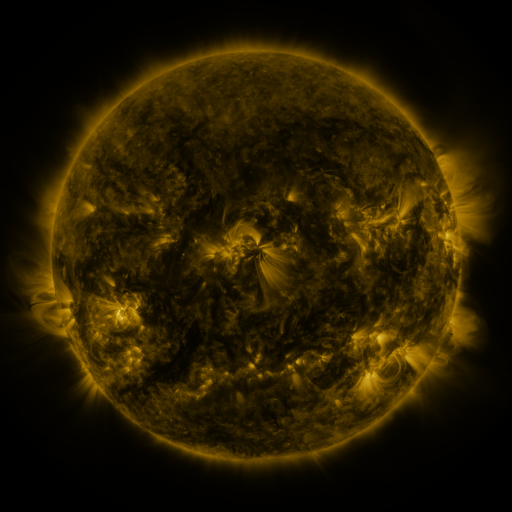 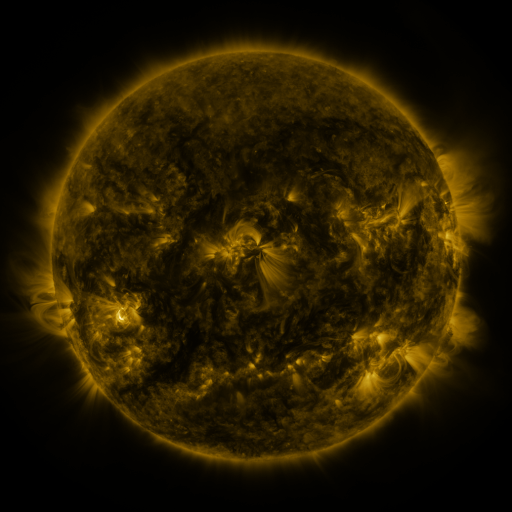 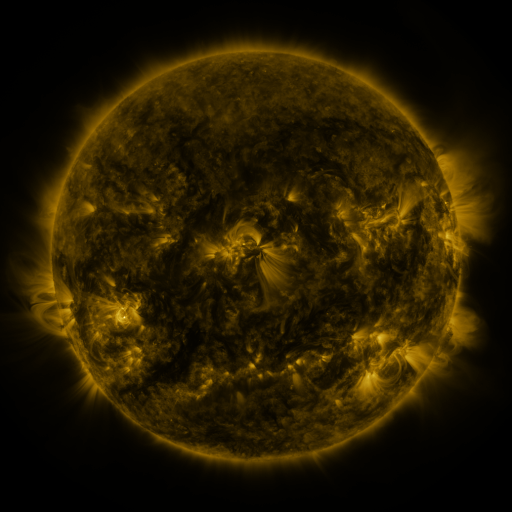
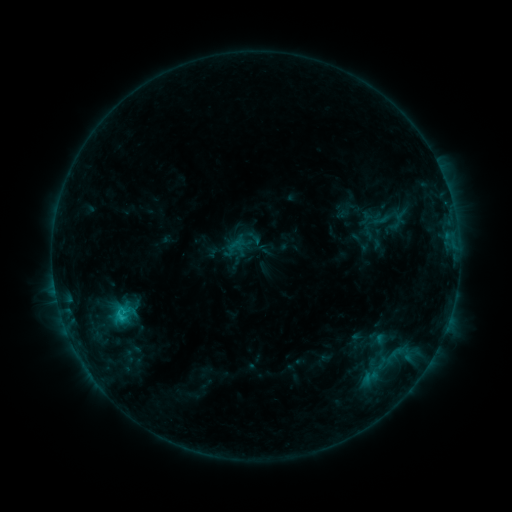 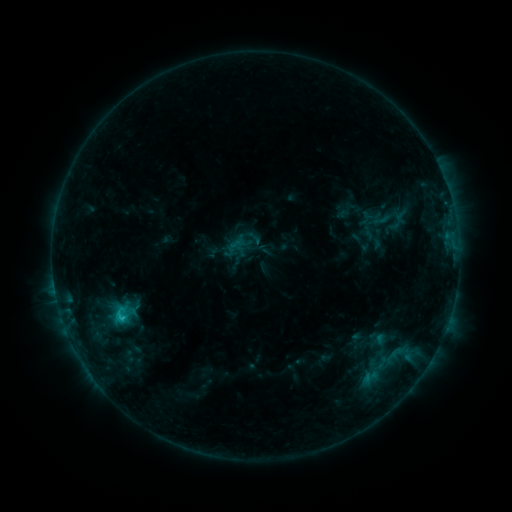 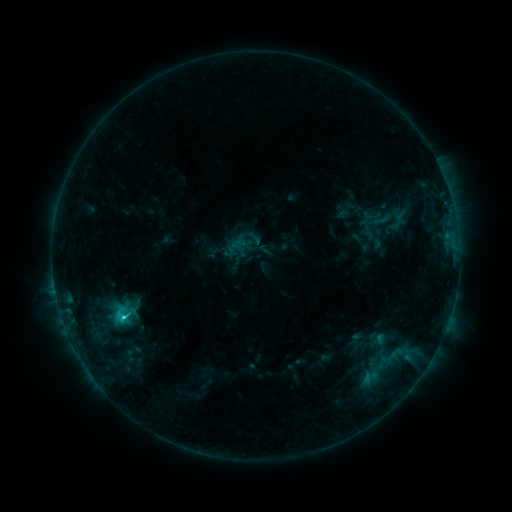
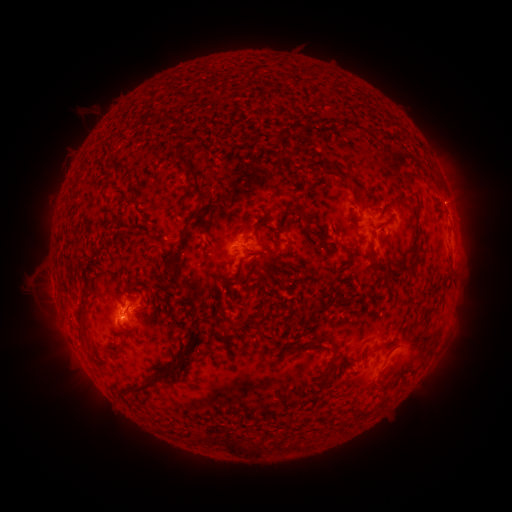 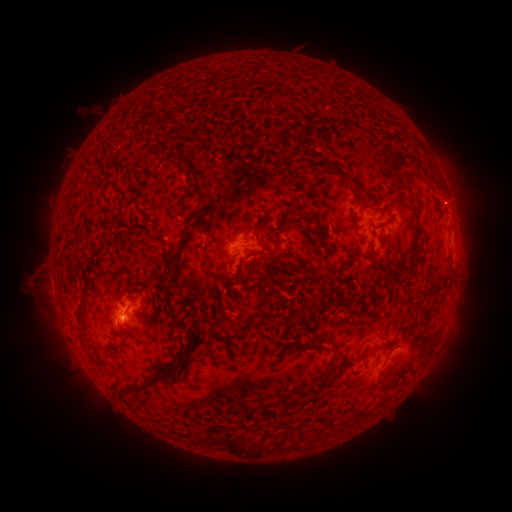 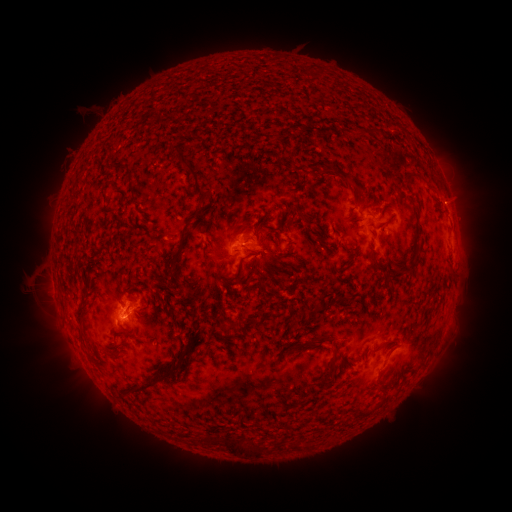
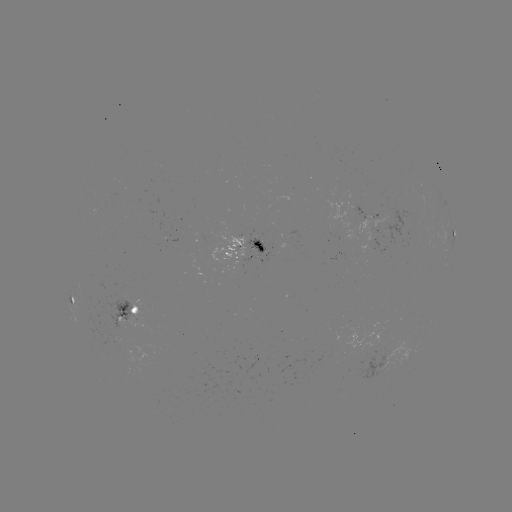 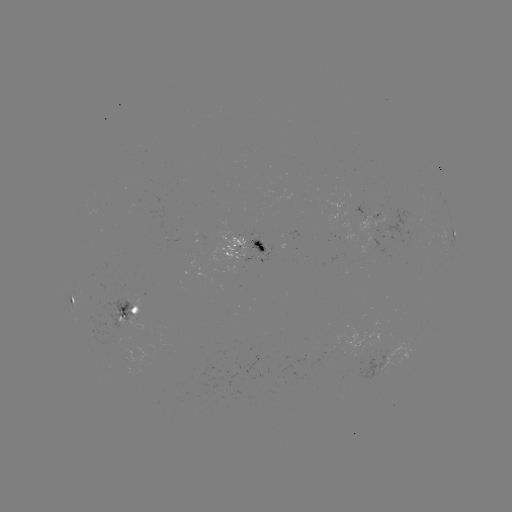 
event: flare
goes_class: C1.7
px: (125, 314)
